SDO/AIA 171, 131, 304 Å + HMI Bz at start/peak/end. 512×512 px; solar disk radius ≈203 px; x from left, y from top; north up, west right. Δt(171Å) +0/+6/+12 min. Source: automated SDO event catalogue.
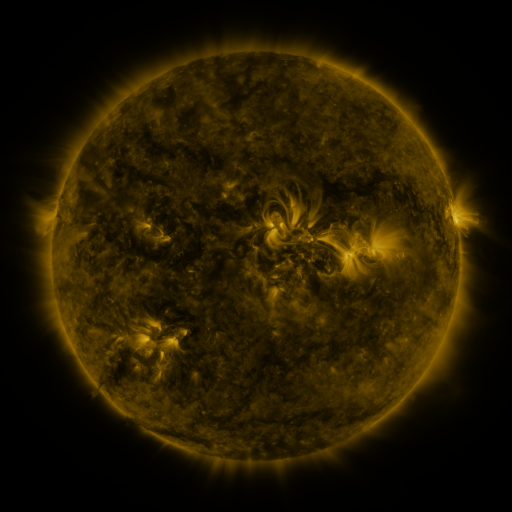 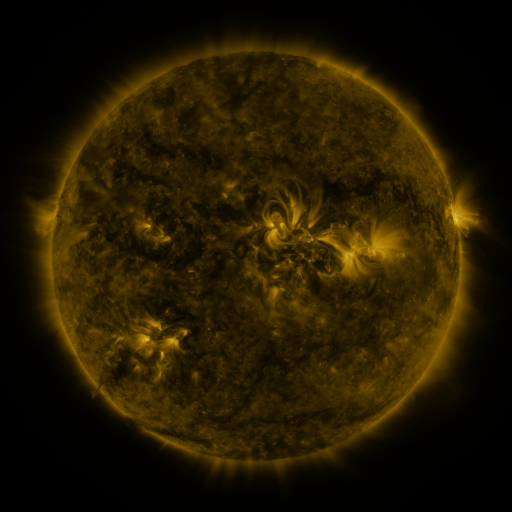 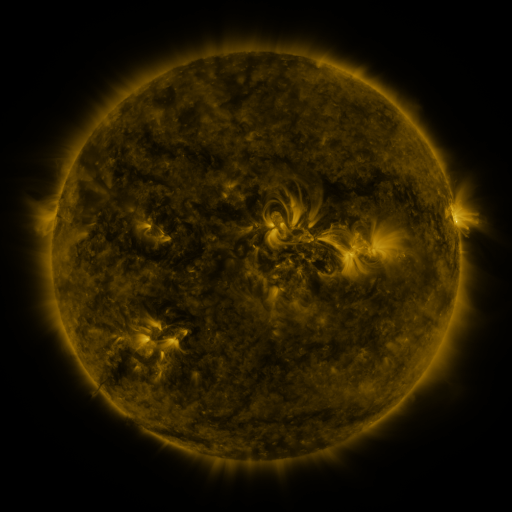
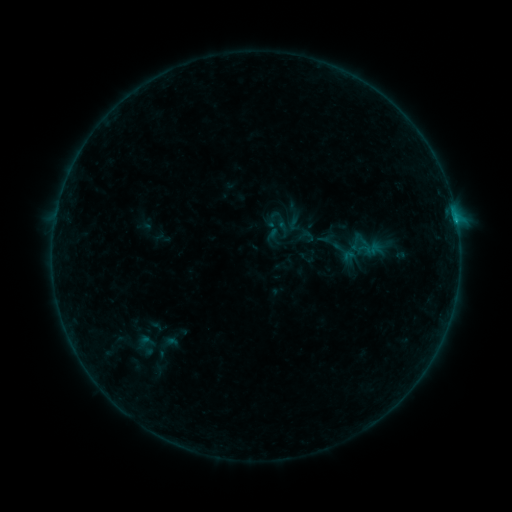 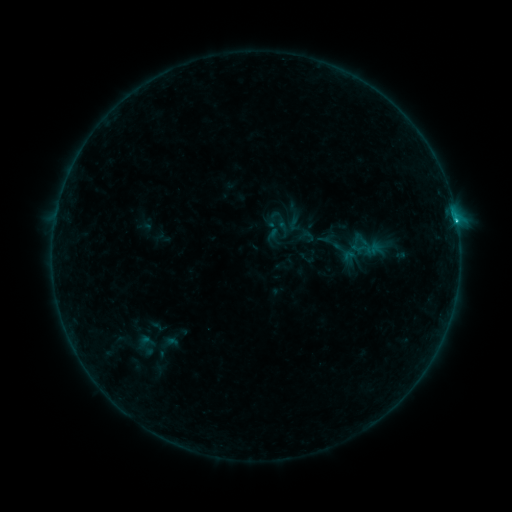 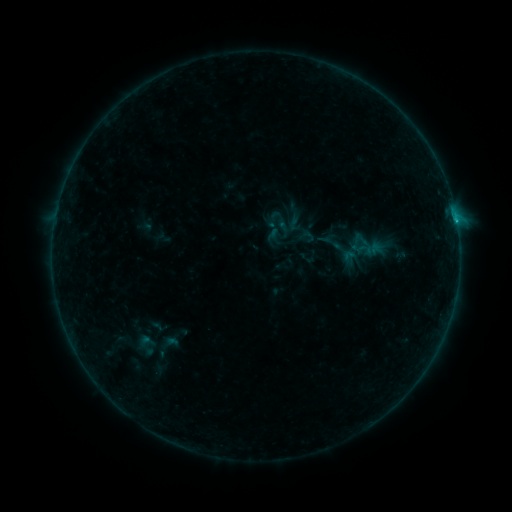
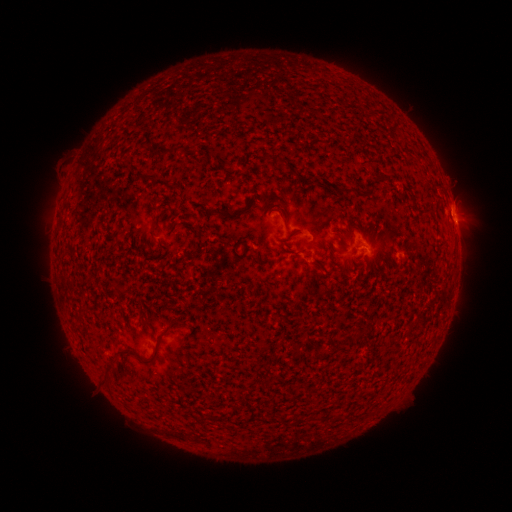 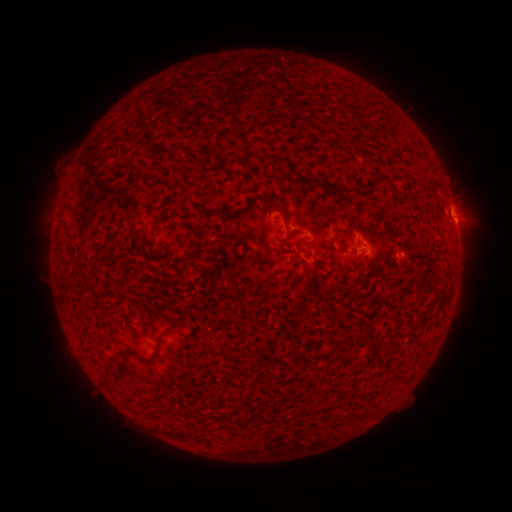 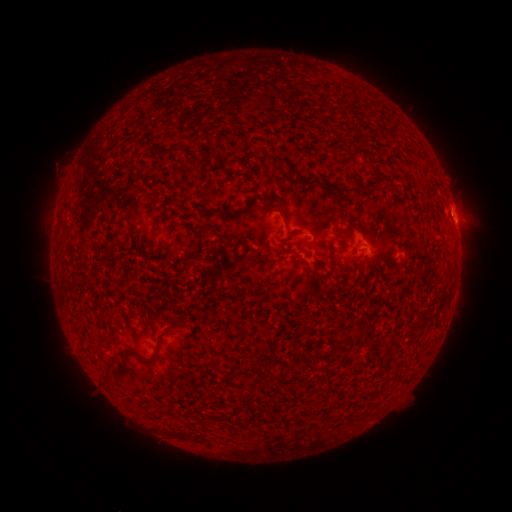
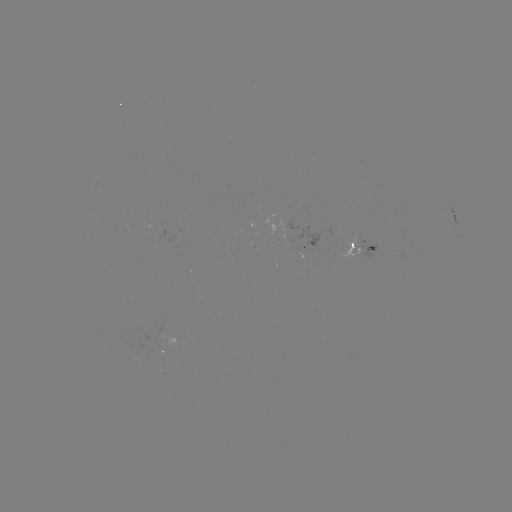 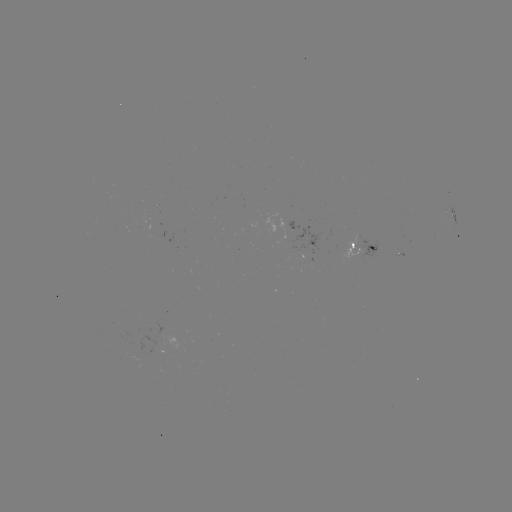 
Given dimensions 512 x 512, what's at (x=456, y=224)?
B6.8 flare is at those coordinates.